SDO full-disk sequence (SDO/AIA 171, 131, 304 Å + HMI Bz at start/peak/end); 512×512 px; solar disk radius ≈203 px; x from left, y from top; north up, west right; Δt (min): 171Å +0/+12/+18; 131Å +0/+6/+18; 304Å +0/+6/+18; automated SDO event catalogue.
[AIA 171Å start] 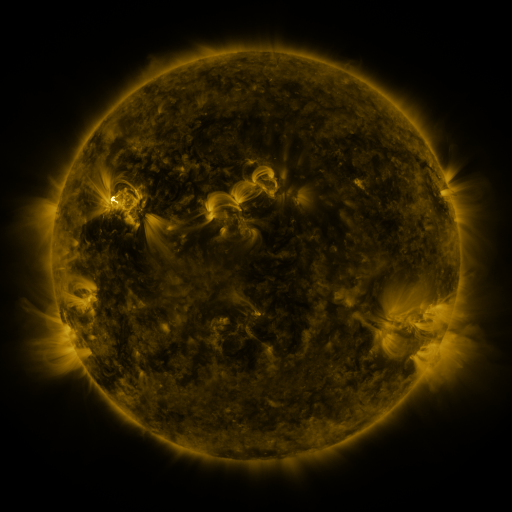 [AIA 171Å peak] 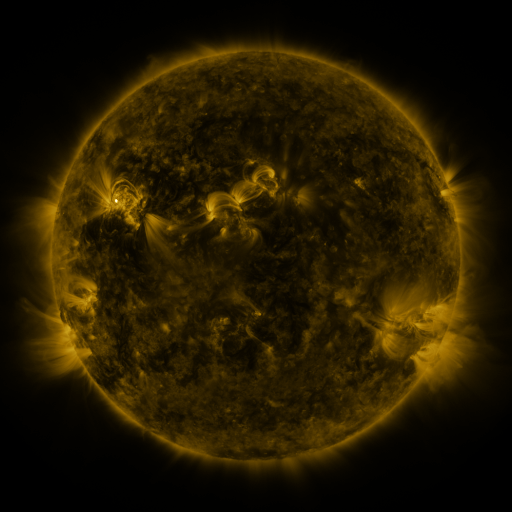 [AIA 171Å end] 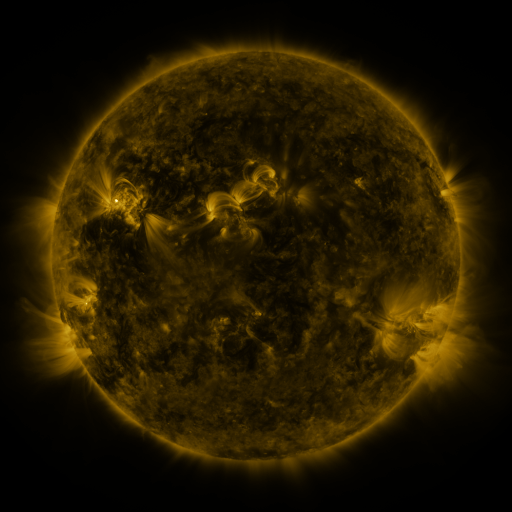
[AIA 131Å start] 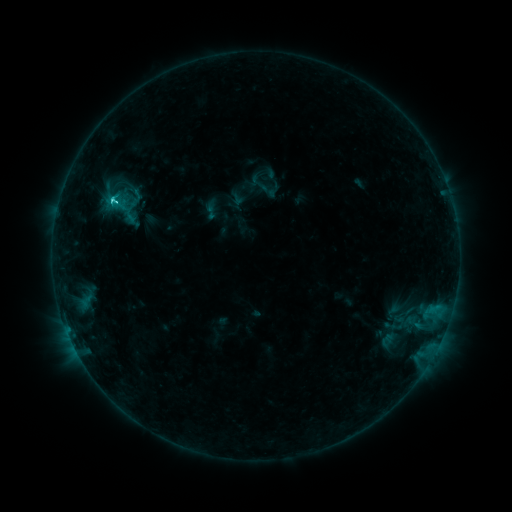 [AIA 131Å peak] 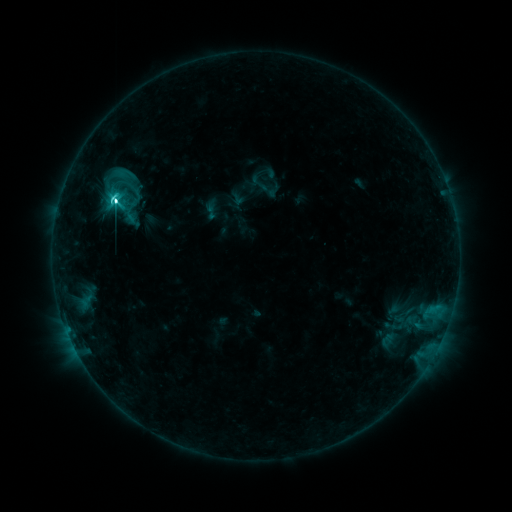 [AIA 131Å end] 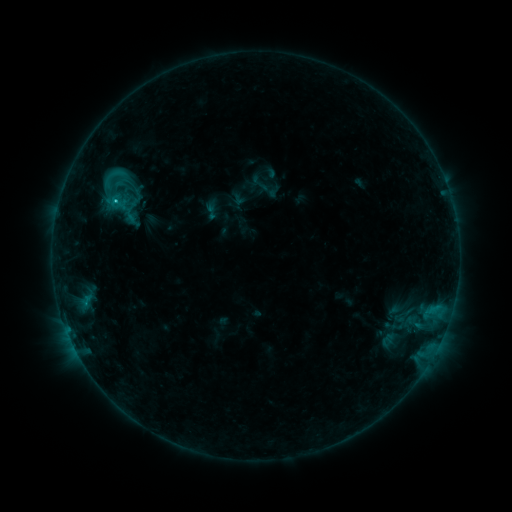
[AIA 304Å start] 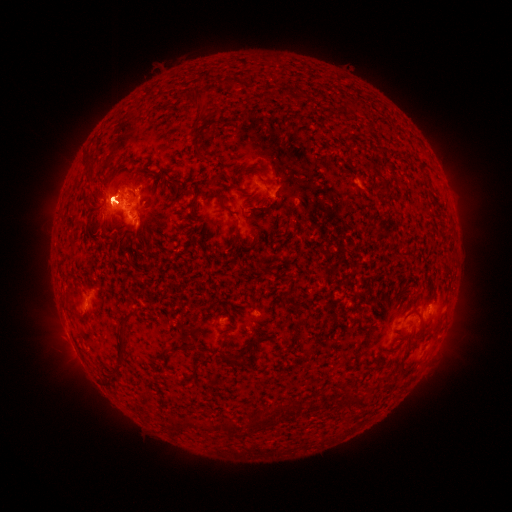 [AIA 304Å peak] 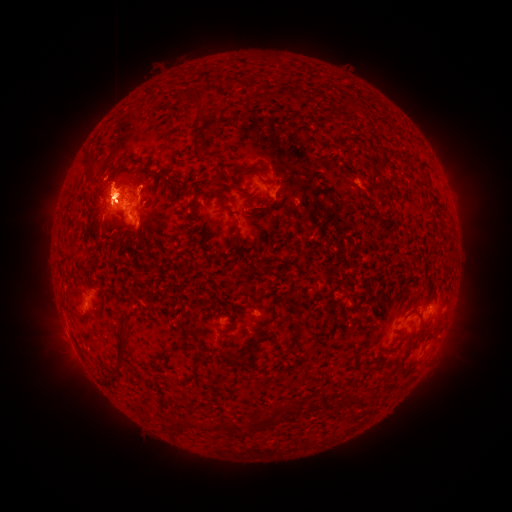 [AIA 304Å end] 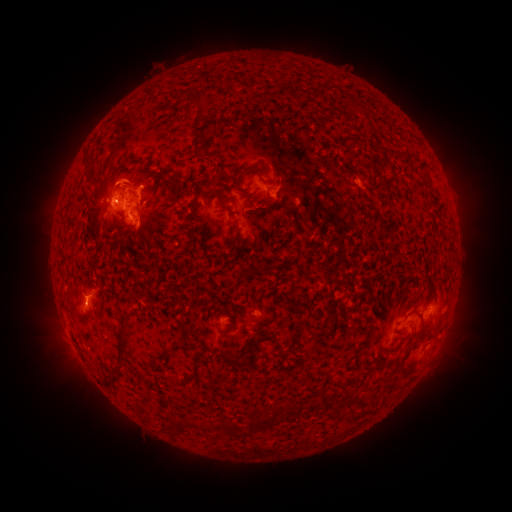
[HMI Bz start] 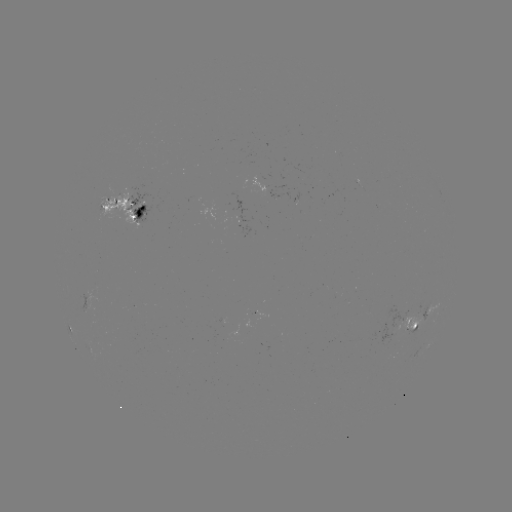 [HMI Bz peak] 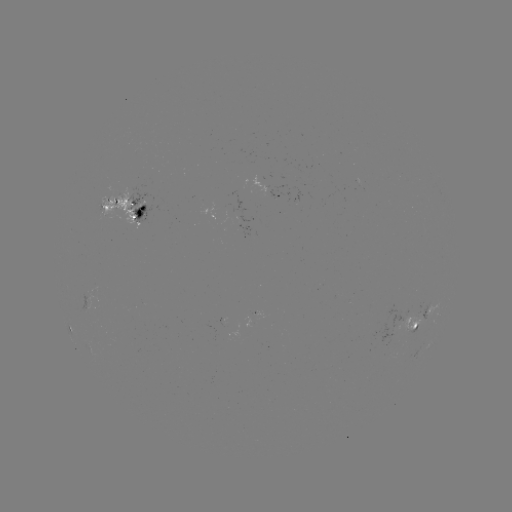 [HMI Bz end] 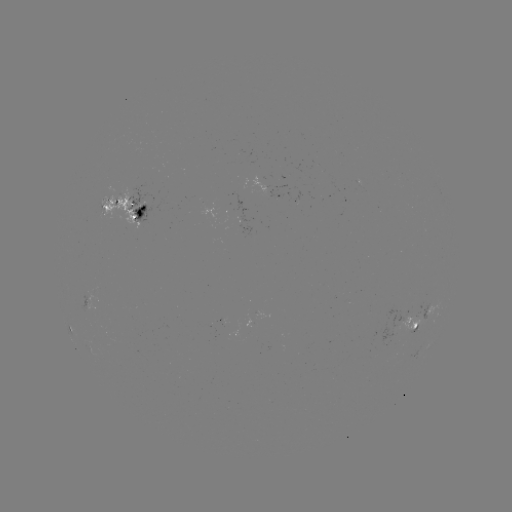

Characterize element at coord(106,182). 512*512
eruption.